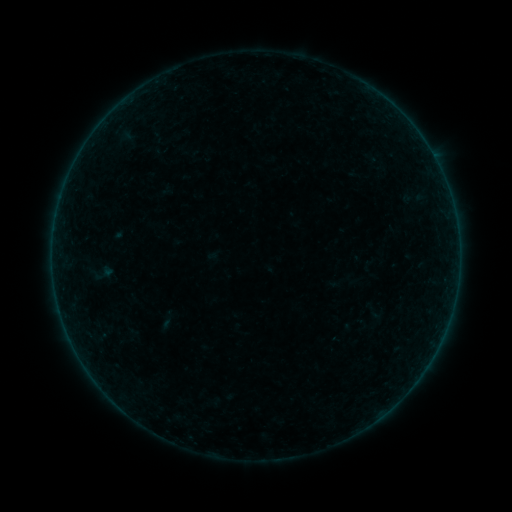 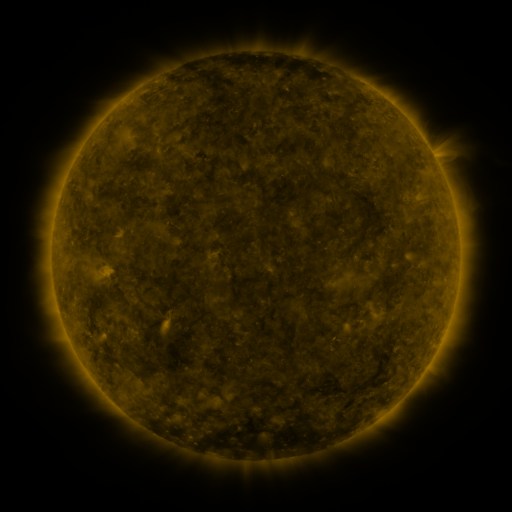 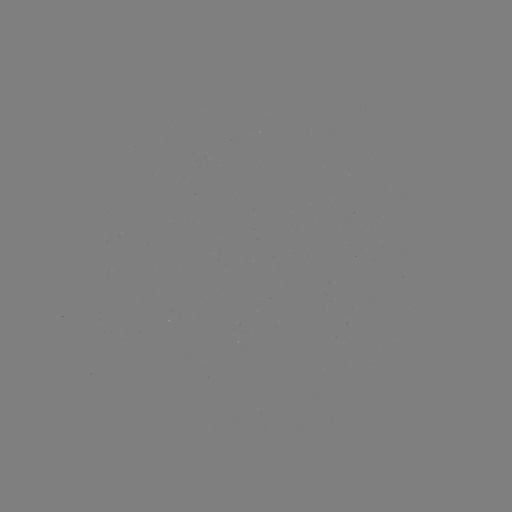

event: sigmoid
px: (167, 320)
